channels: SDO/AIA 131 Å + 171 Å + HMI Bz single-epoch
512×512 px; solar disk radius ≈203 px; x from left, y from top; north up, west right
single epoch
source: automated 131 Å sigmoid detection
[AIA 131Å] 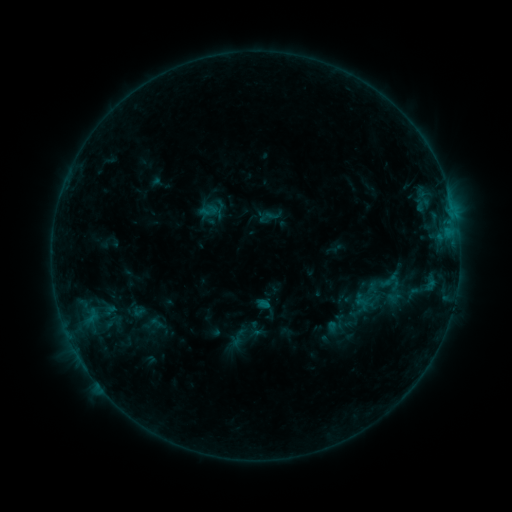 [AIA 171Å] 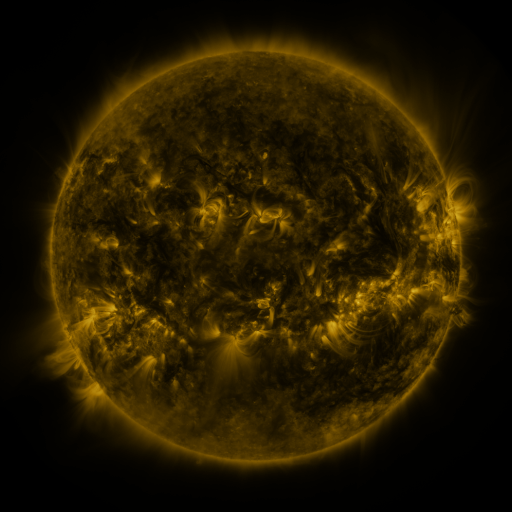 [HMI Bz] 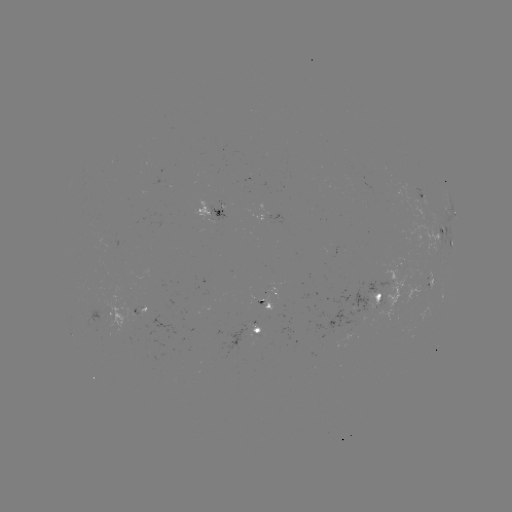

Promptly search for sigmoid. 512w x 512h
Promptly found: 391,284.